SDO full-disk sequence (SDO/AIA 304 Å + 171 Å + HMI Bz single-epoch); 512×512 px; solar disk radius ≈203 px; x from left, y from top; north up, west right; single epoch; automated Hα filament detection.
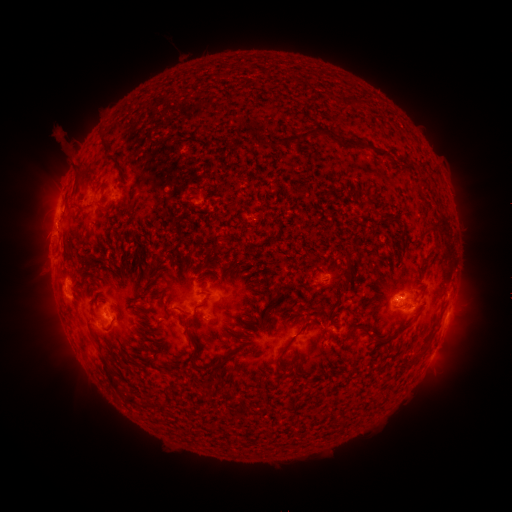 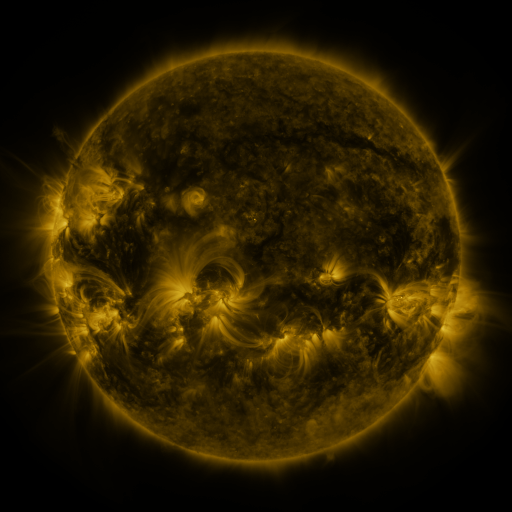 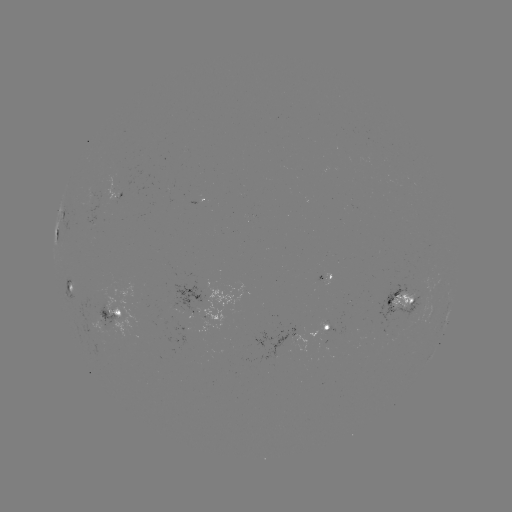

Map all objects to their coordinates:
filament: (336, 78)
filament: (347, 103)
filament: (384, 109)
filament: (302, 136)
filament: (104, 145)
filament: (231, 264)
filament: (349, 280)
filament: (384, 289)
filament: (104, 302)
filament: (96, 314)
filament: (92, 326)
filament: (406, 326)
filament: (367, 328)
filament: (301, 331)
filament: (120, 337)
filament: (196, 357)
filament: (225, 361)
filament: (170, 374)
filament: (111, 378)
filament: (135, 402)
